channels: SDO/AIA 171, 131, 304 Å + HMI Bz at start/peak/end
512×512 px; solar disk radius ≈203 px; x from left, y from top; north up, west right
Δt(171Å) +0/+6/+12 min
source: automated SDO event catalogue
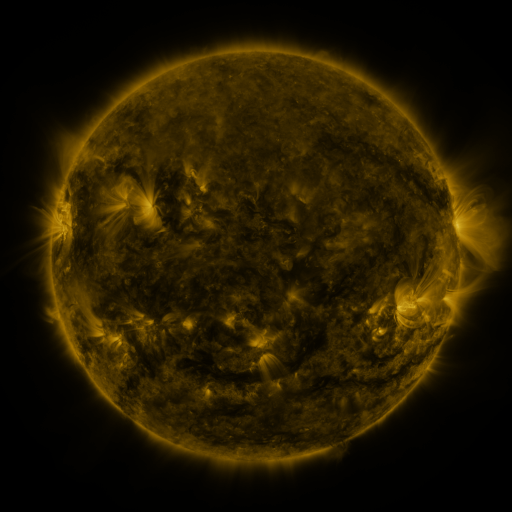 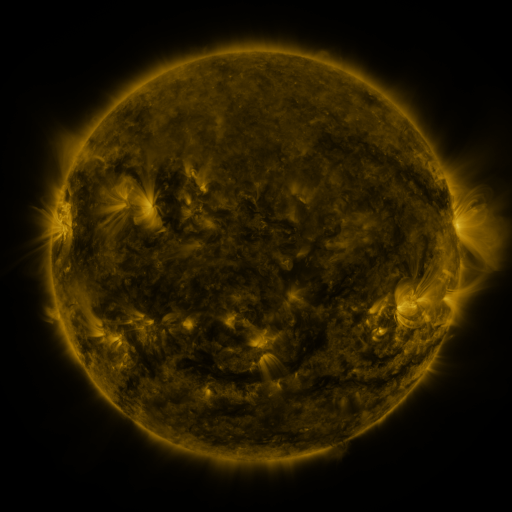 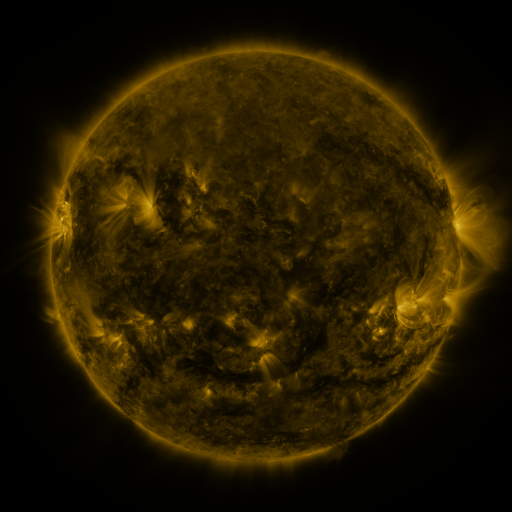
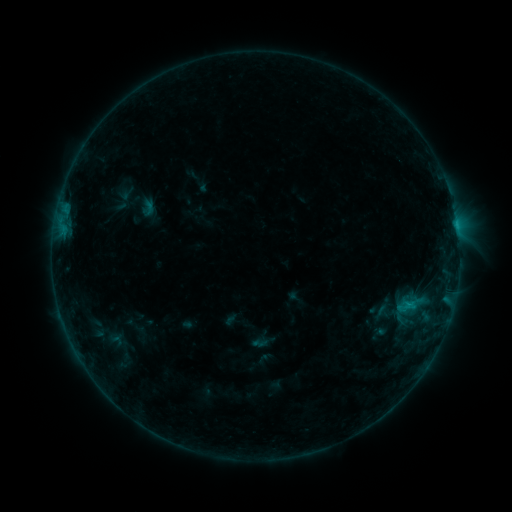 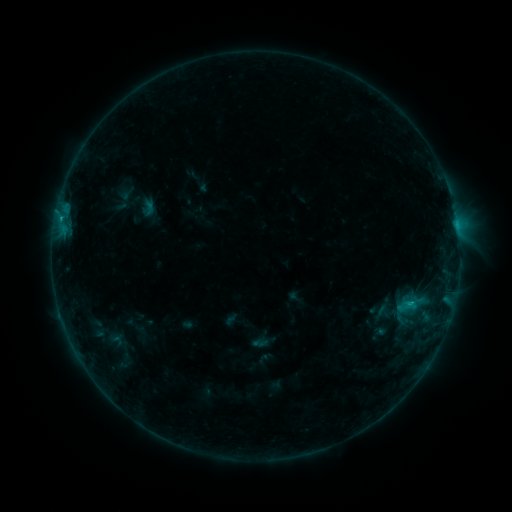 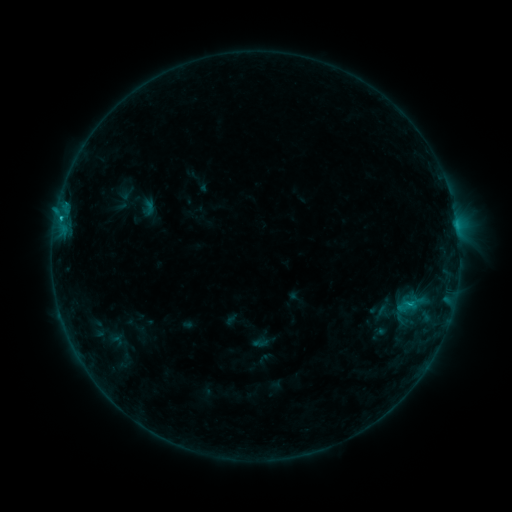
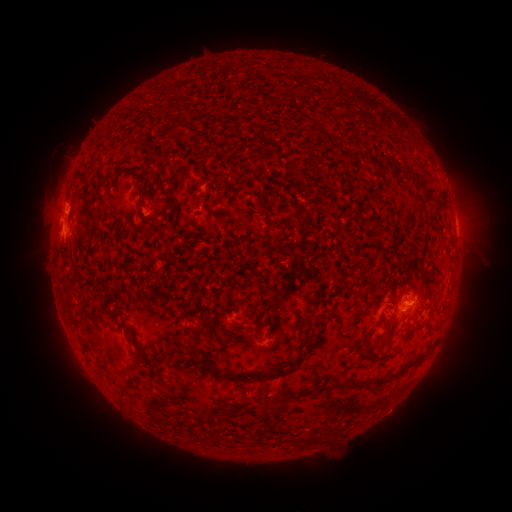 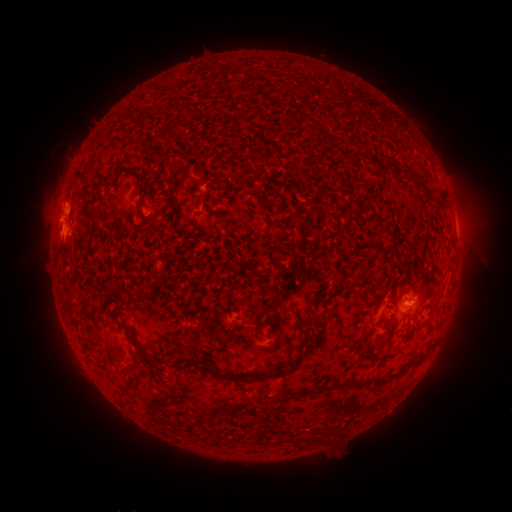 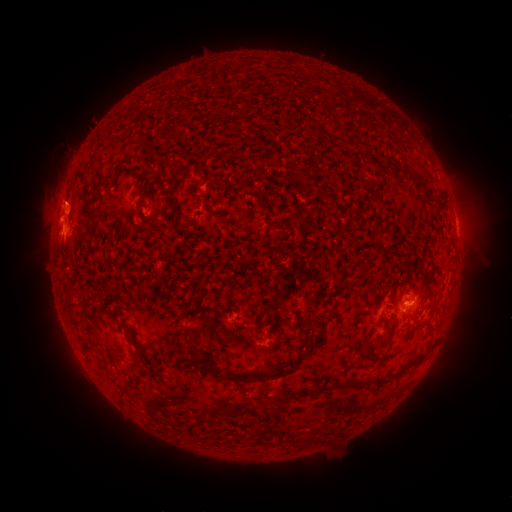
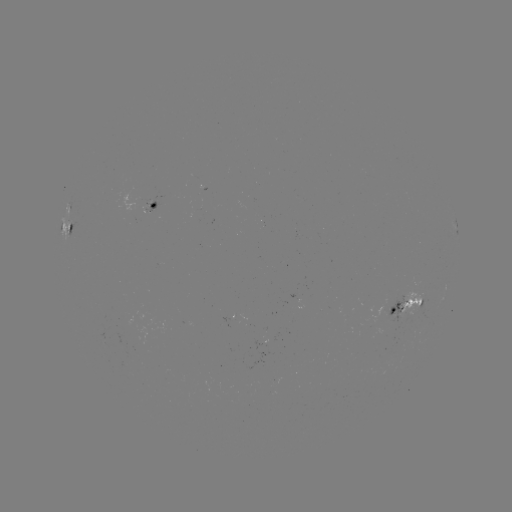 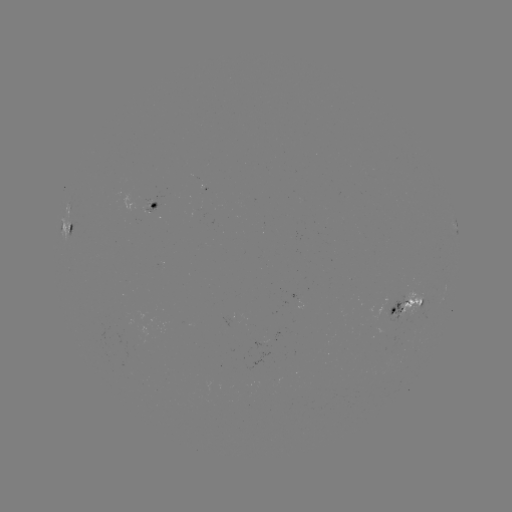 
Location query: B8.6 flare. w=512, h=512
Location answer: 60,221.